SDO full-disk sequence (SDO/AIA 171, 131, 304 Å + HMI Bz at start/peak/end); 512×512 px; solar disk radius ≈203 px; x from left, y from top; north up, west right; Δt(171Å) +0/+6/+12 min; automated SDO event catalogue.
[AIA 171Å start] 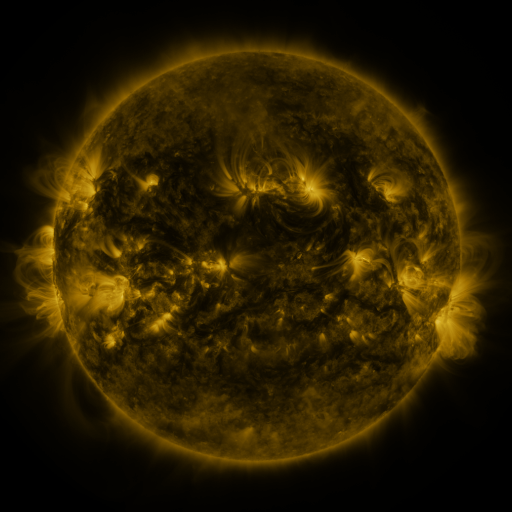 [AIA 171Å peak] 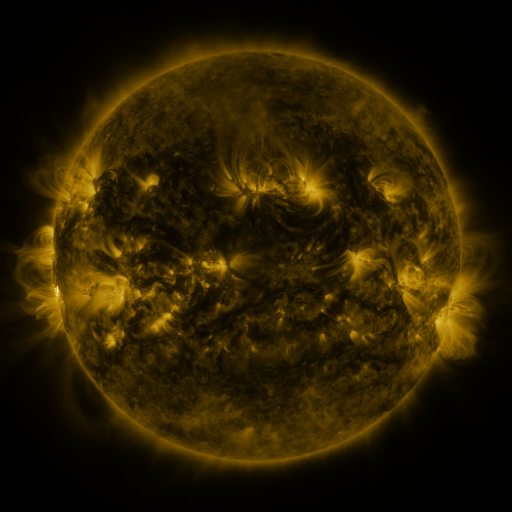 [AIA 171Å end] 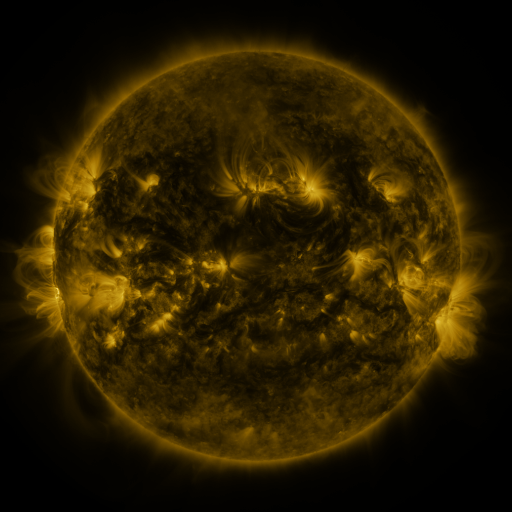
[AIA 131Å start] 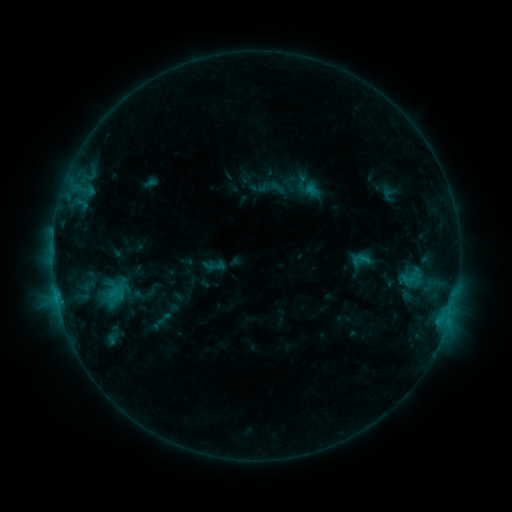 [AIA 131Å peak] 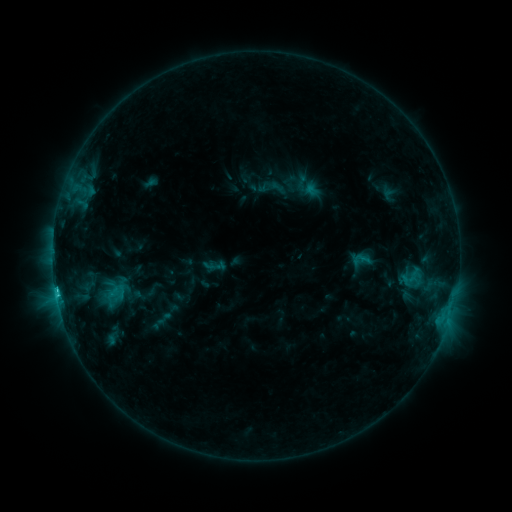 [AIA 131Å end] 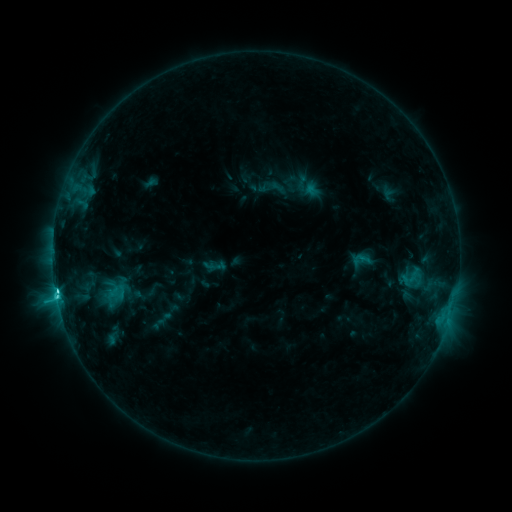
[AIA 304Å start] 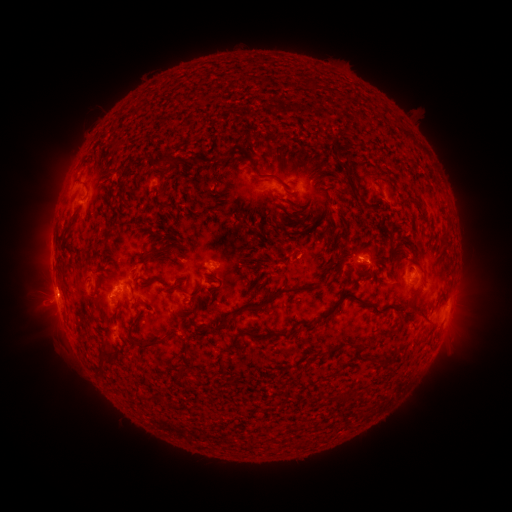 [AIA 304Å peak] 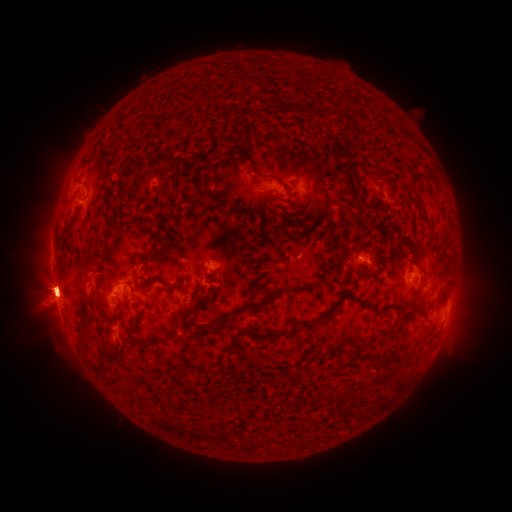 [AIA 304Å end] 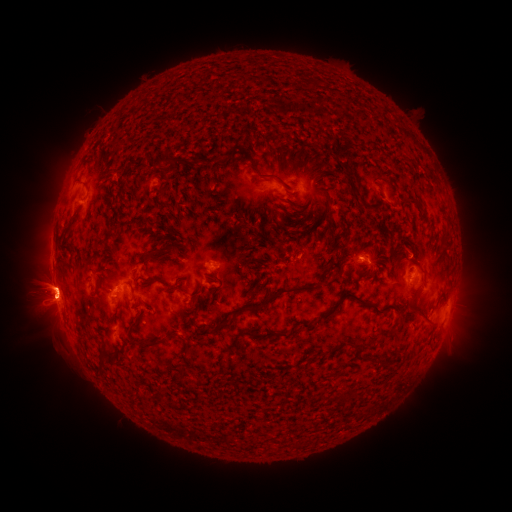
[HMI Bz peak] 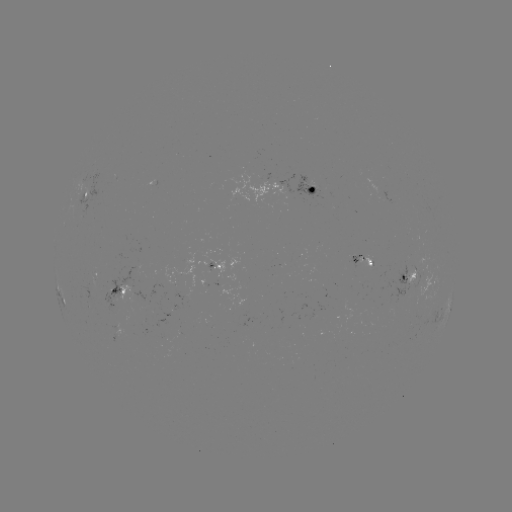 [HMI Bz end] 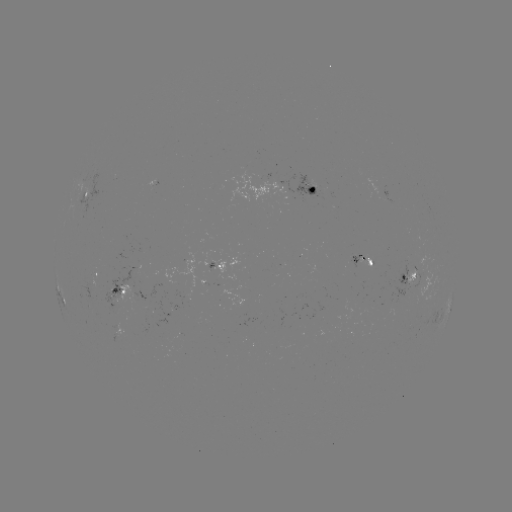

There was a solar eruption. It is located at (48, 288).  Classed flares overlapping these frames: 1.